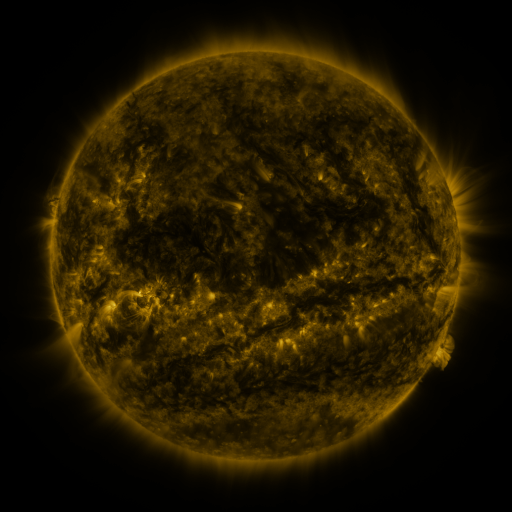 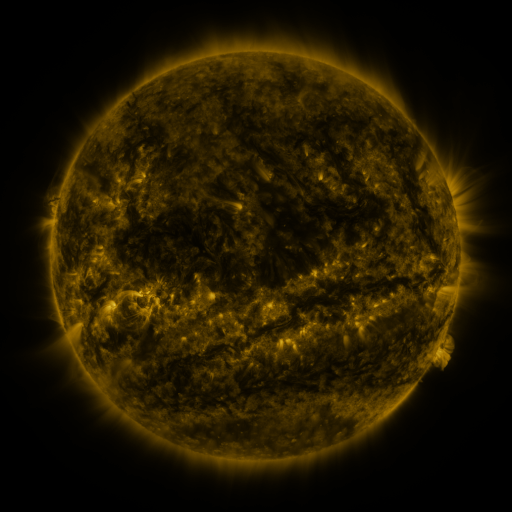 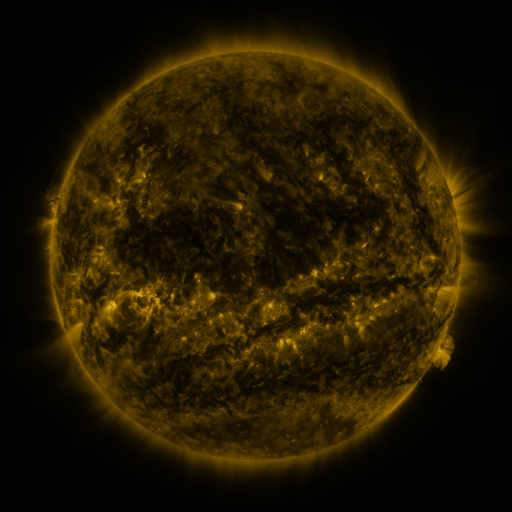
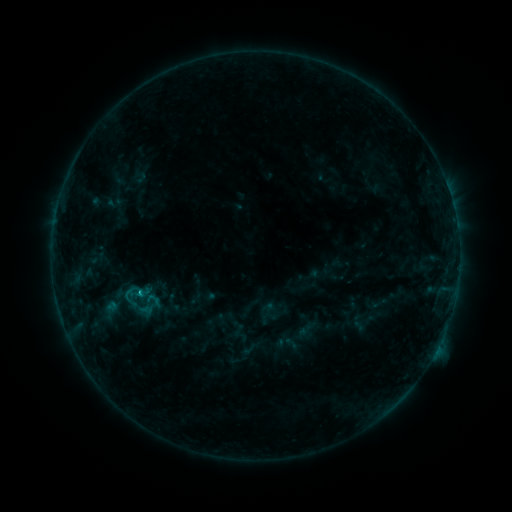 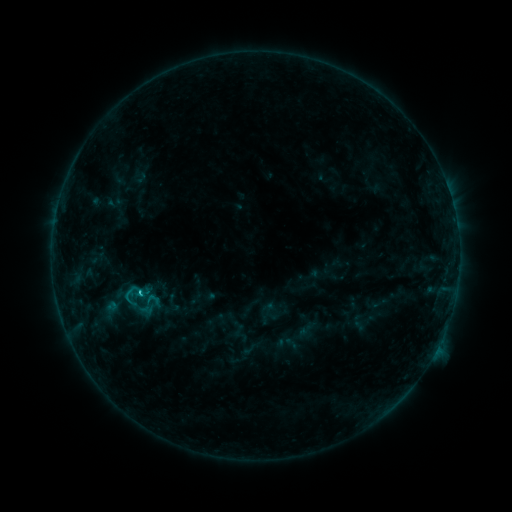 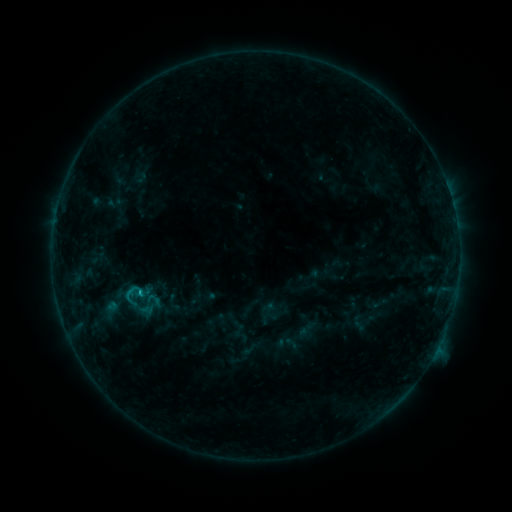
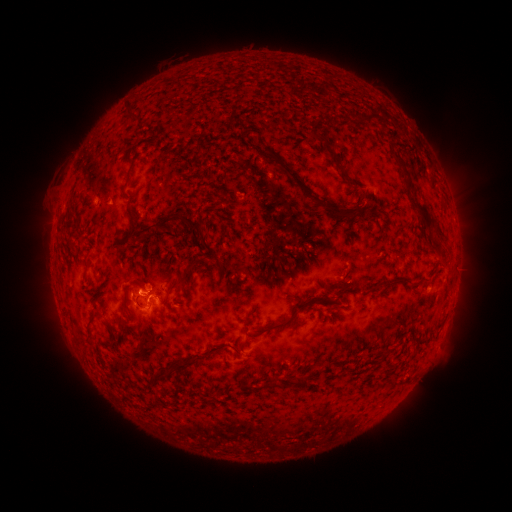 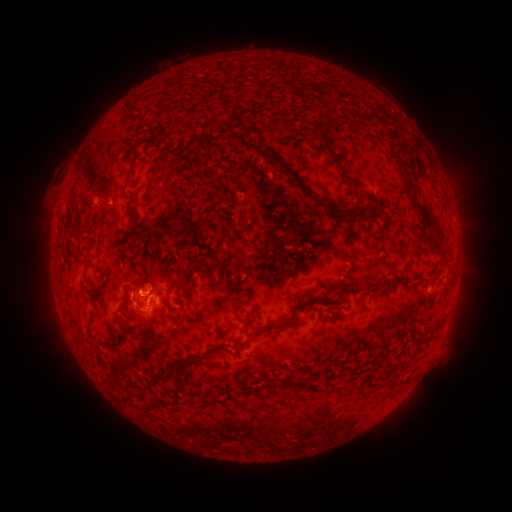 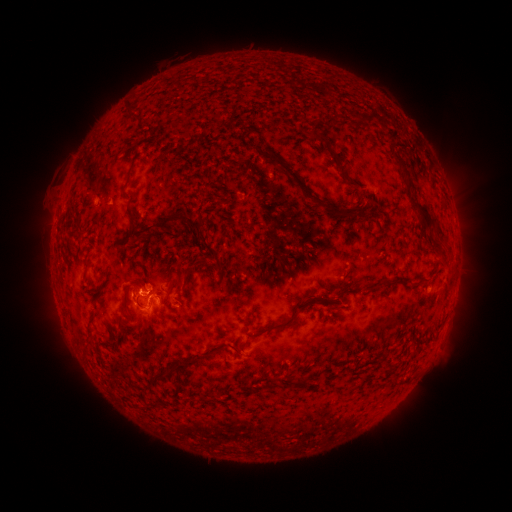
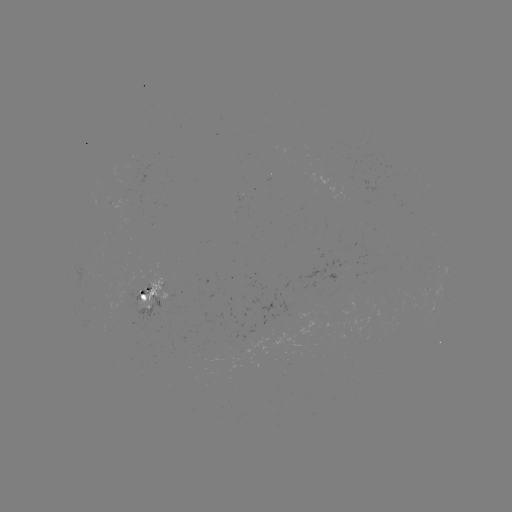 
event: flare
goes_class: C1.2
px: (143, 291)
